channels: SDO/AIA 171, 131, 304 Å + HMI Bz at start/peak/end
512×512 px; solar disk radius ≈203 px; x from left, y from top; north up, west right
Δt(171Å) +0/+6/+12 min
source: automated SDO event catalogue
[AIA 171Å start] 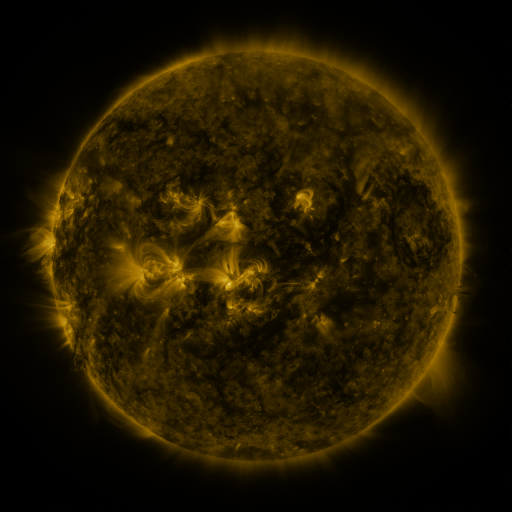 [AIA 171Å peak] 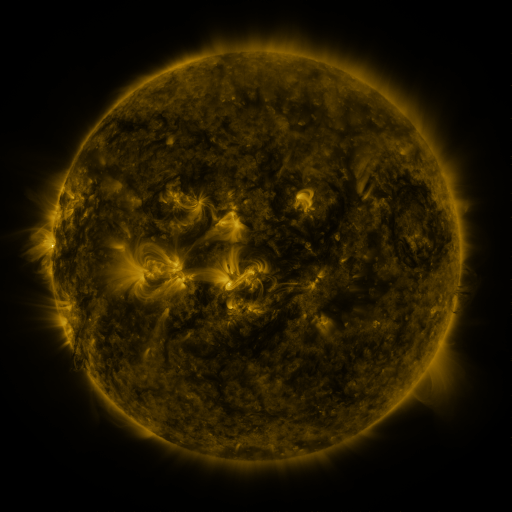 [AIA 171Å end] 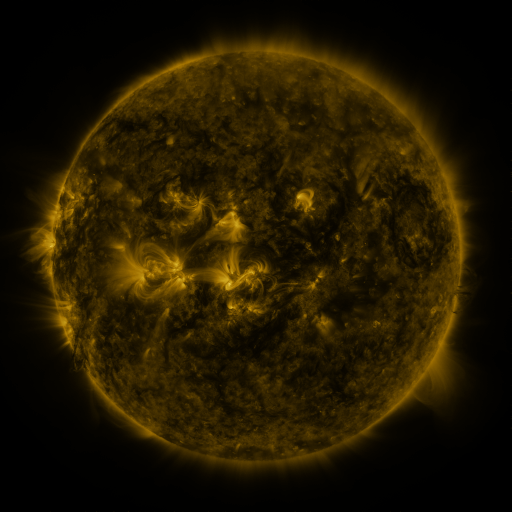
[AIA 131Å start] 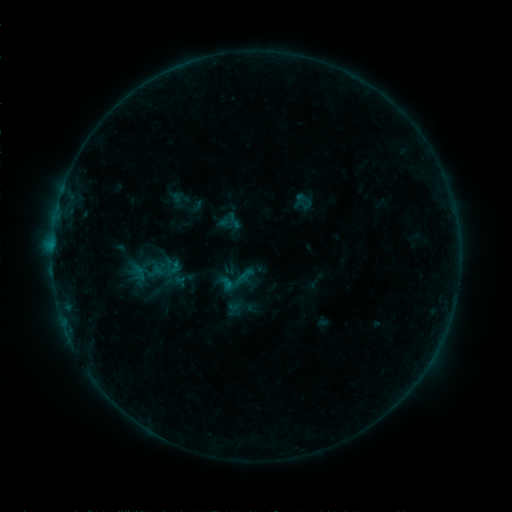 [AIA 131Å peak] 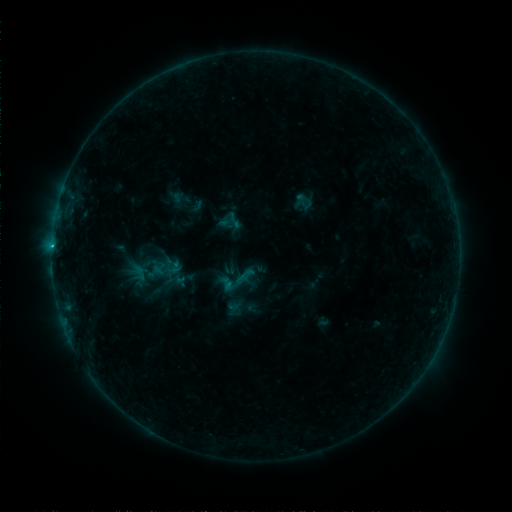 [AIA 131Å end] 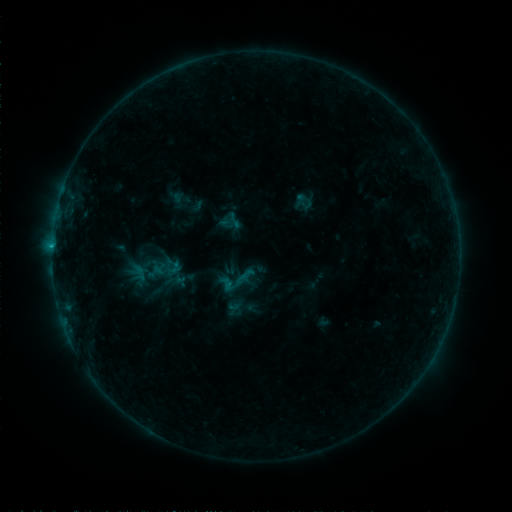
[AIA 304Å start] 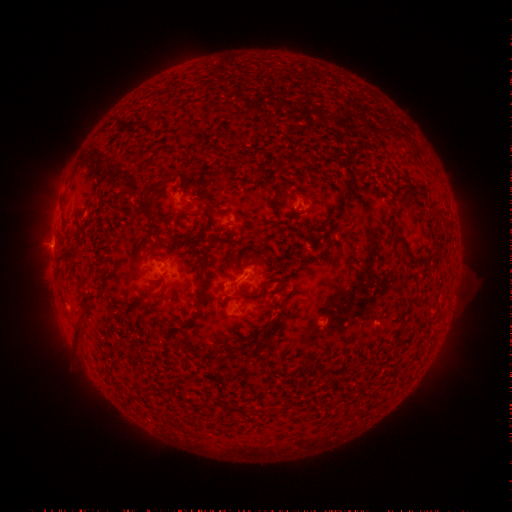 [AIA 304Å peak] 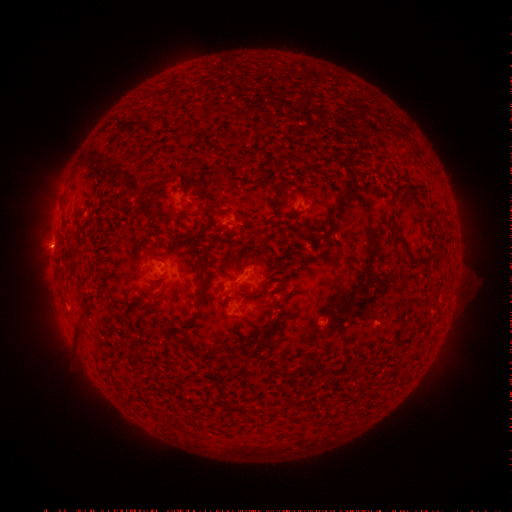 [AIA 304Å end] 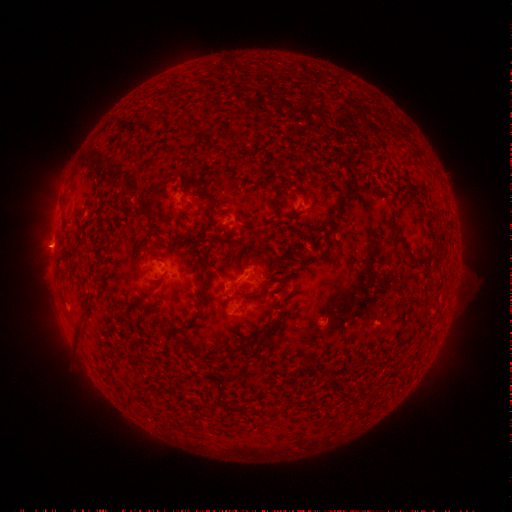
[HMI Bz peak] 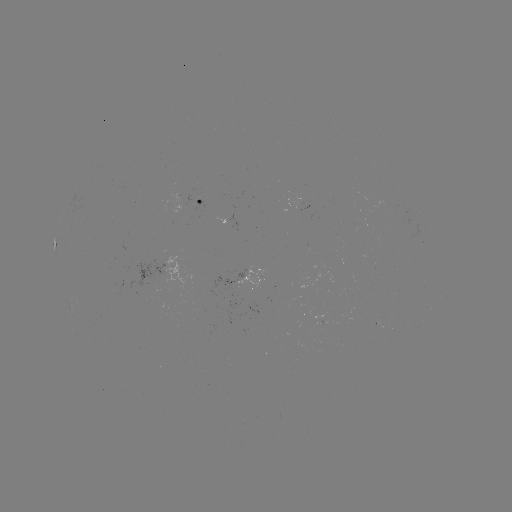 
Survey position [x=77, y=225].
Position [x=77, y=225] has B8.2 flare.